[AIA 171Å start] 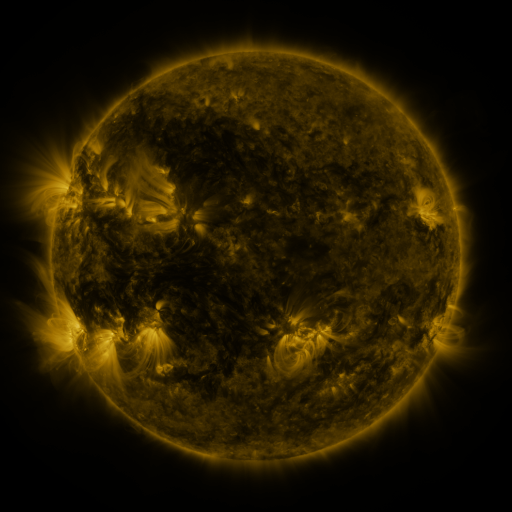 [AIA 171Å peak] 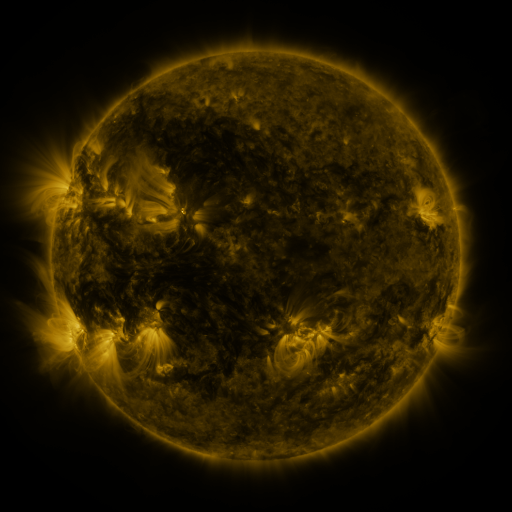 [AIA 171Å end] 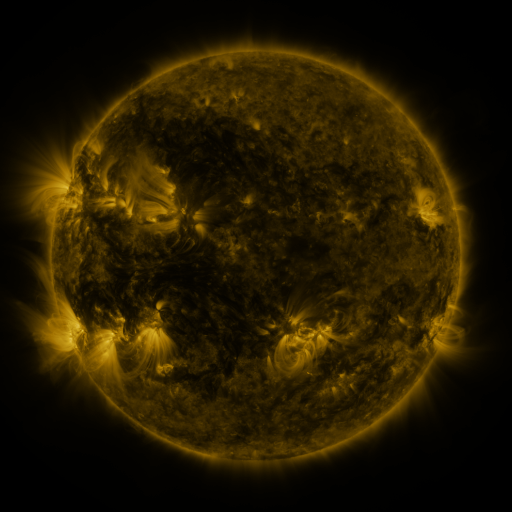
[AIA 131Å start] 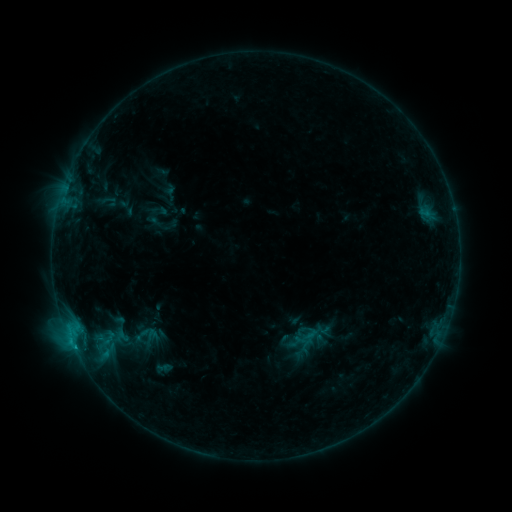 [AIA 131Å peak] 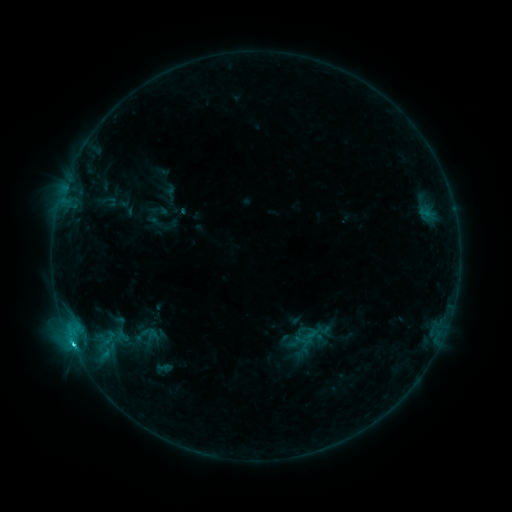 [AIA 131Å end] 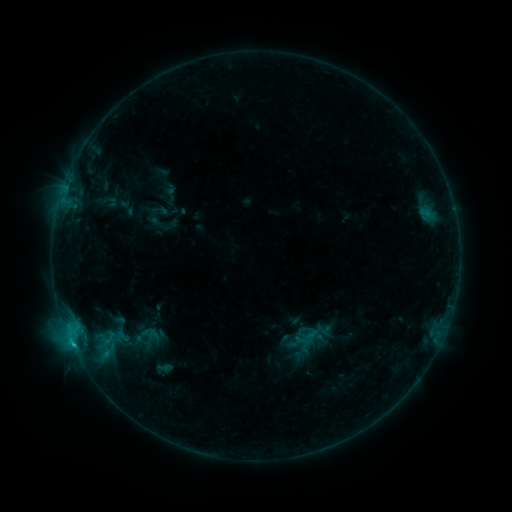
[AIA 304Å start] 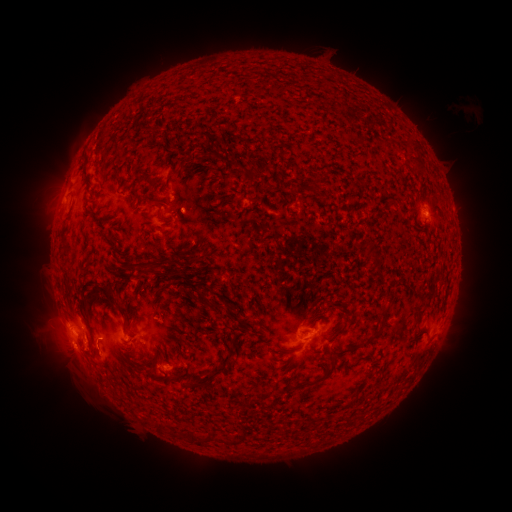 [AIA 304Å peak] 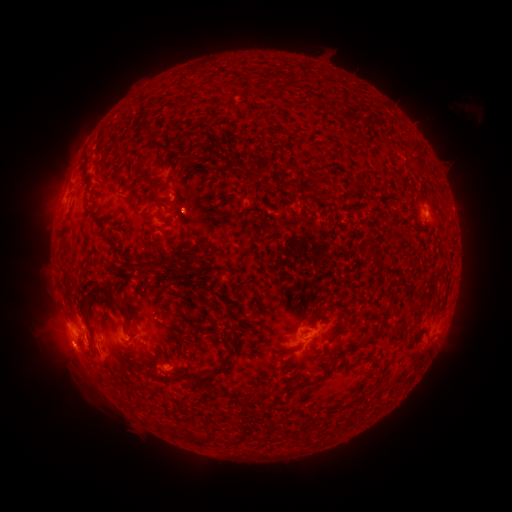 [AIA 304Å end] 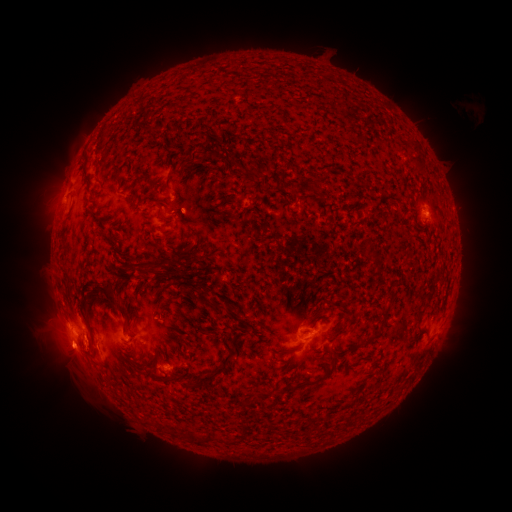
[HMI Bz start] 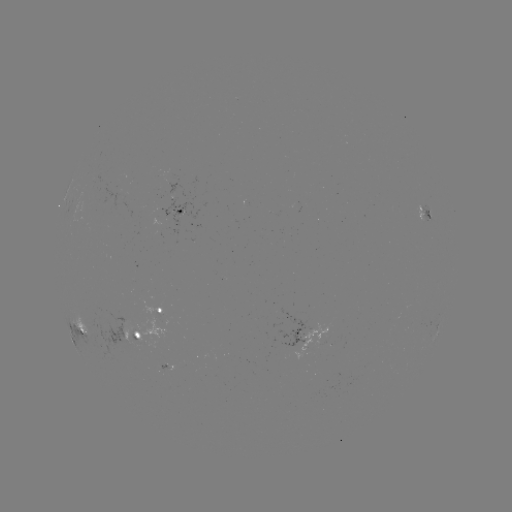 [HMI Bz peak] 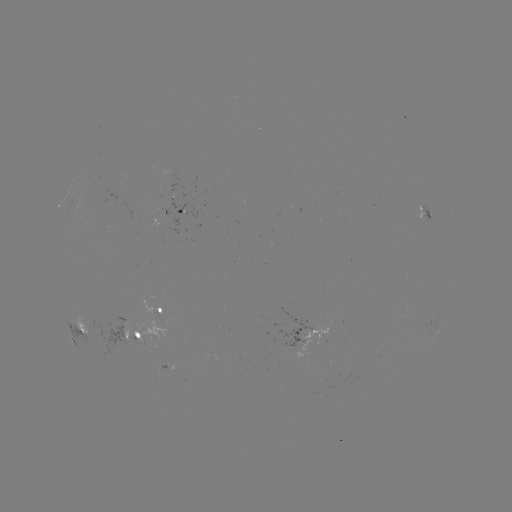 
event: flare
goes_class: C1.3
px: (74, 344)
